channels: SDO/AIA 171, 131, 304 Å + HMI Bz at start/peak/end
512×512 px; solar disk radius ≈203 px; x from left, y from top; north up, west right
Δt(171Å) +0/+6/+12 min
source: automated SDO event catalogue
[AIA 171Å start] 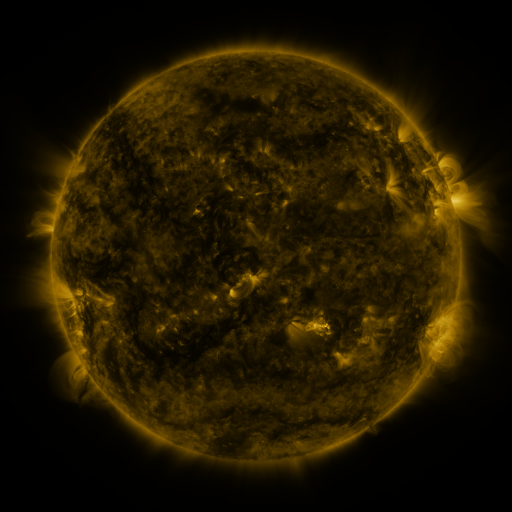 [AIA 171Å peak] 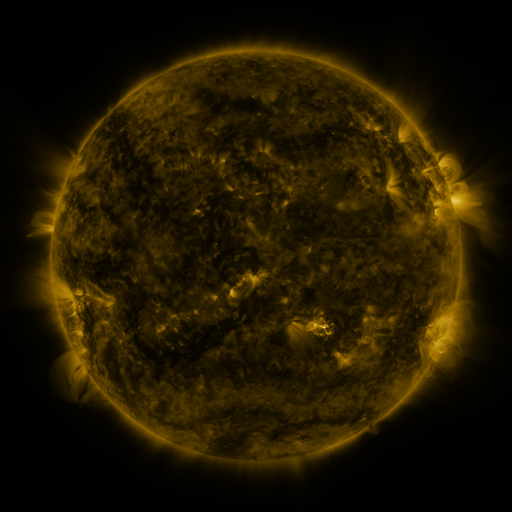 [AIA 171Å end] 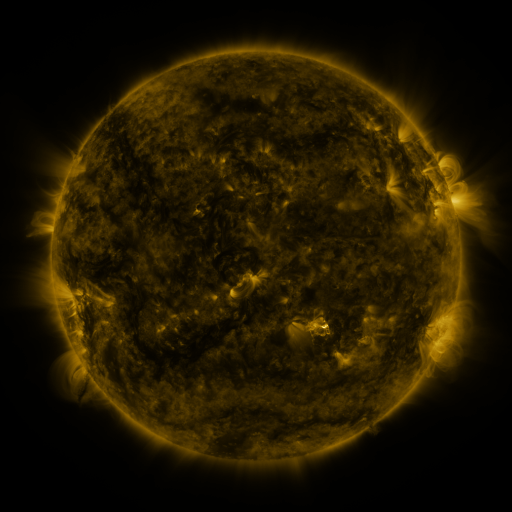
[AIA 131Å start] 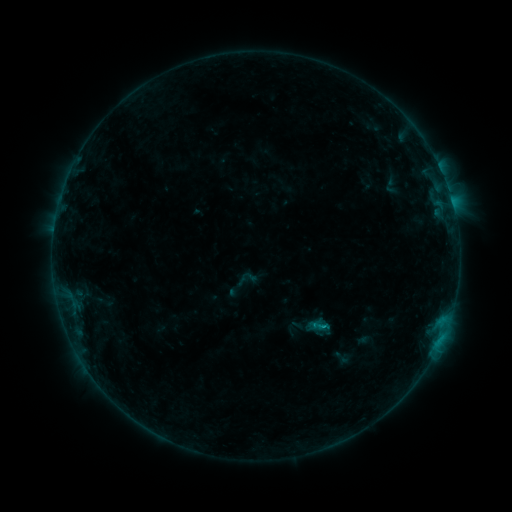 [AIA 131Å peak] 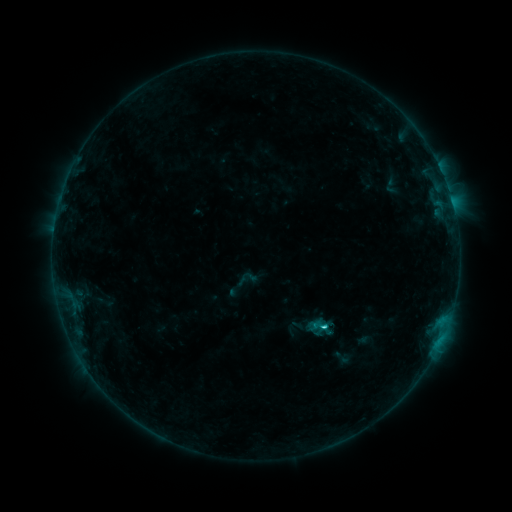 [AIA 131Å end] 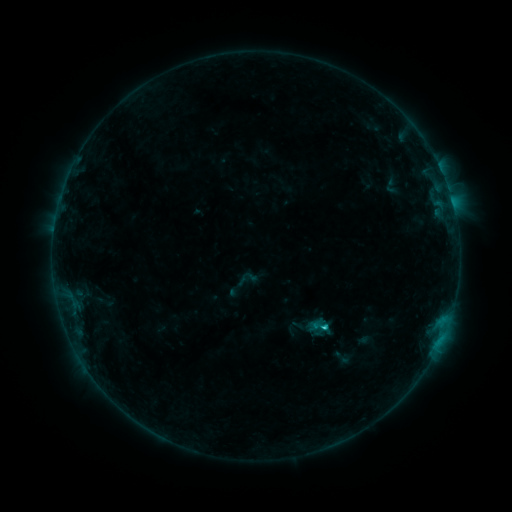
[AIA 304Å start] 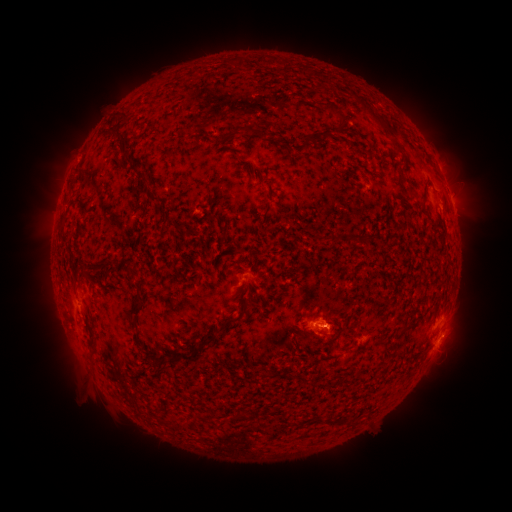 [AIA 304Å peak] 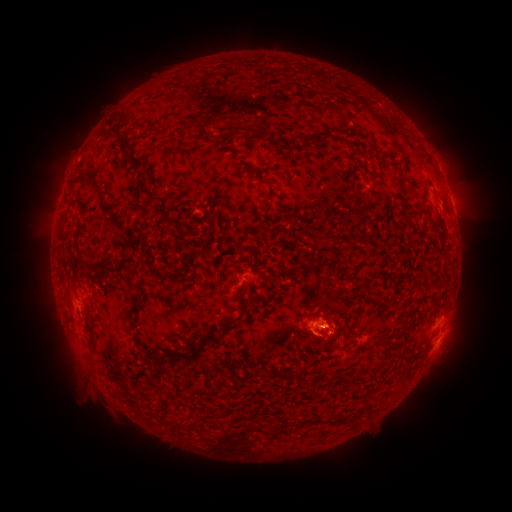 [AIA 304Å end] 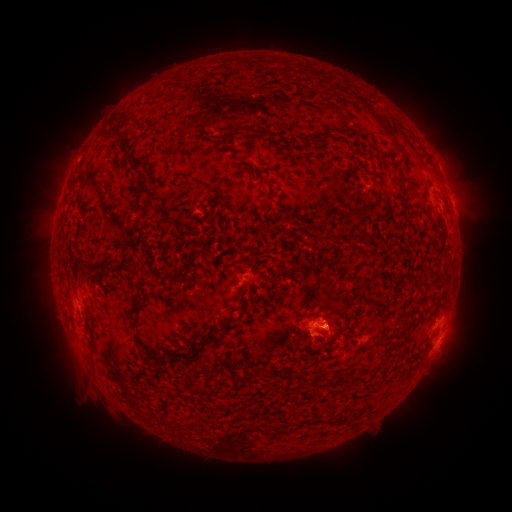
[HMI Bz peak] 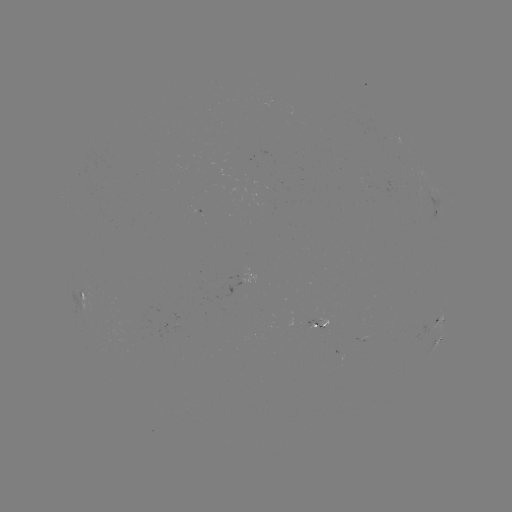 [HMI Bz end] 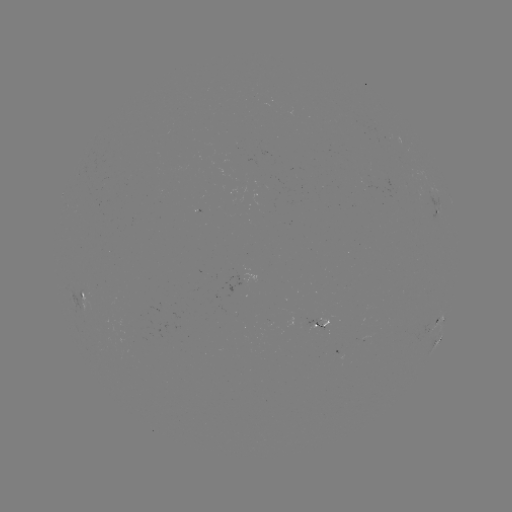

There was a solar flare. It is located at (324, 324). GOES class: C1.1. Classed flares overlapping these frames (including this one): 1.